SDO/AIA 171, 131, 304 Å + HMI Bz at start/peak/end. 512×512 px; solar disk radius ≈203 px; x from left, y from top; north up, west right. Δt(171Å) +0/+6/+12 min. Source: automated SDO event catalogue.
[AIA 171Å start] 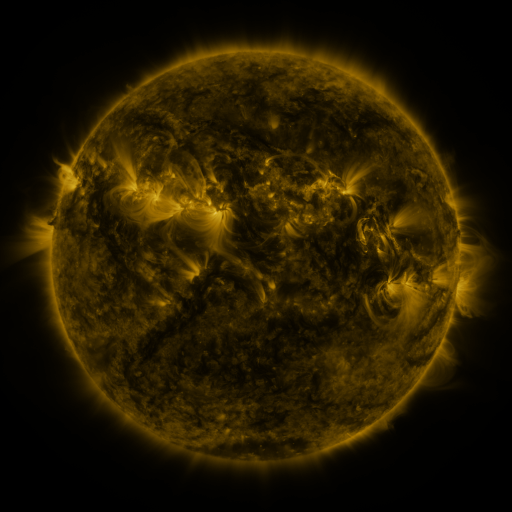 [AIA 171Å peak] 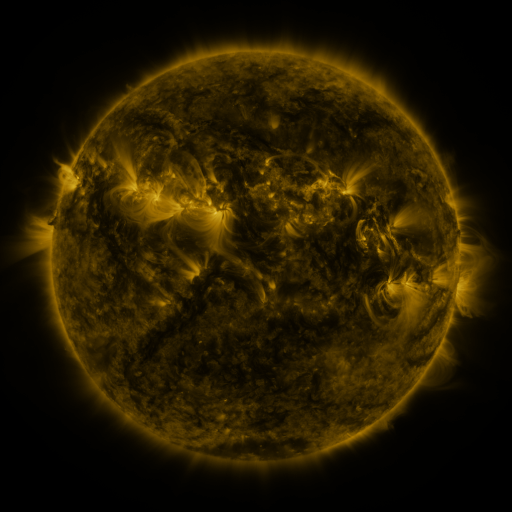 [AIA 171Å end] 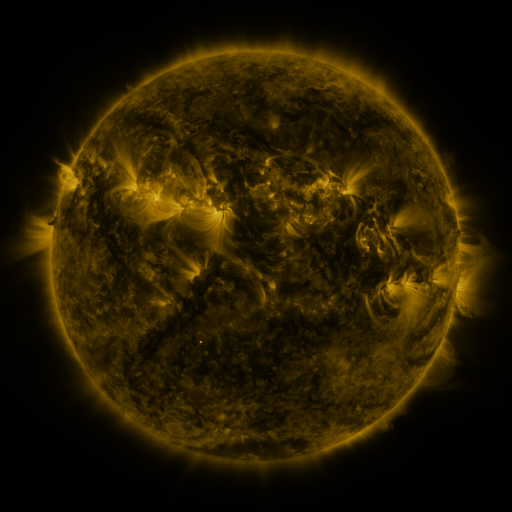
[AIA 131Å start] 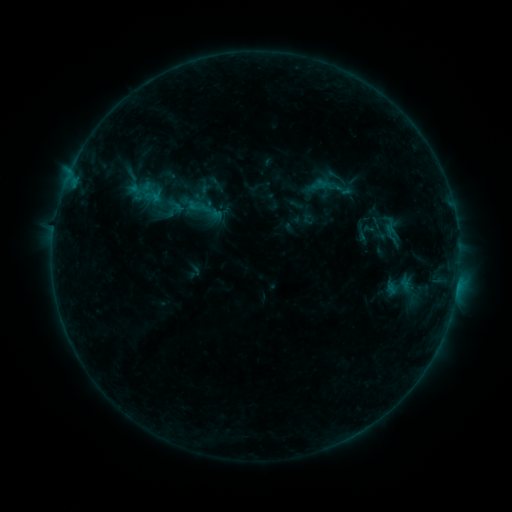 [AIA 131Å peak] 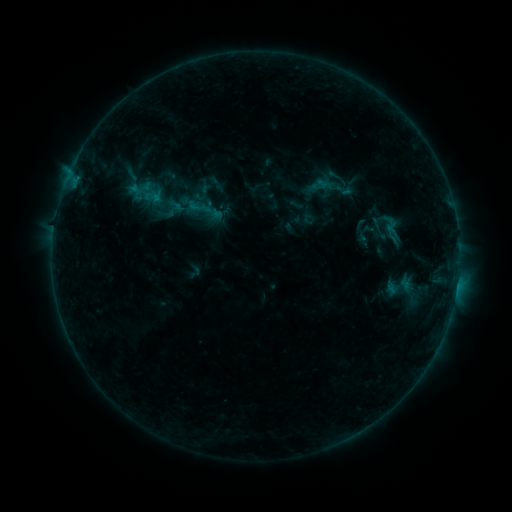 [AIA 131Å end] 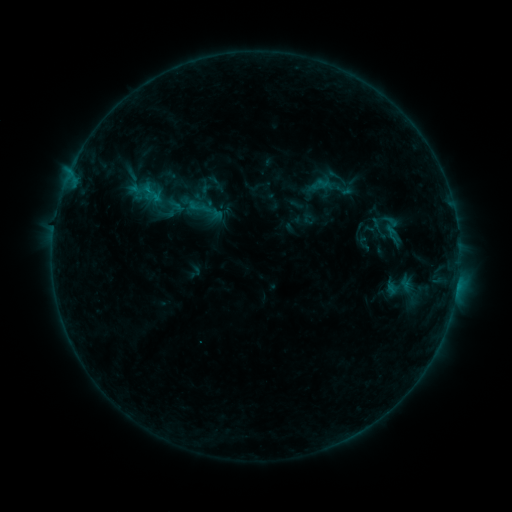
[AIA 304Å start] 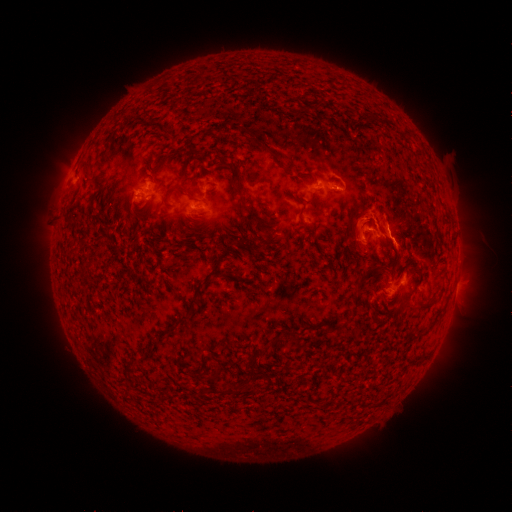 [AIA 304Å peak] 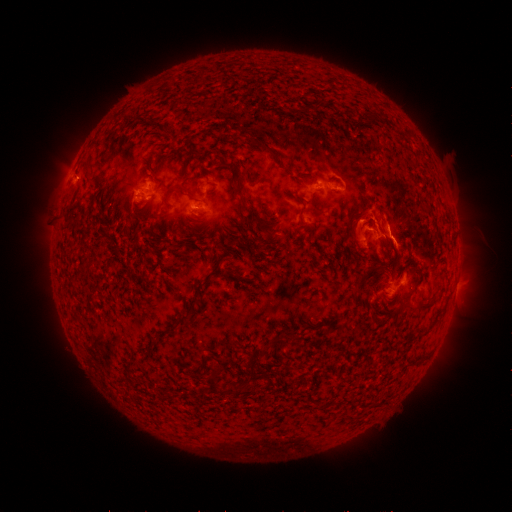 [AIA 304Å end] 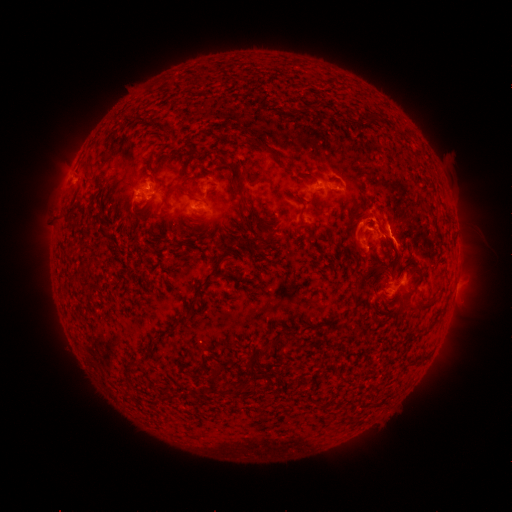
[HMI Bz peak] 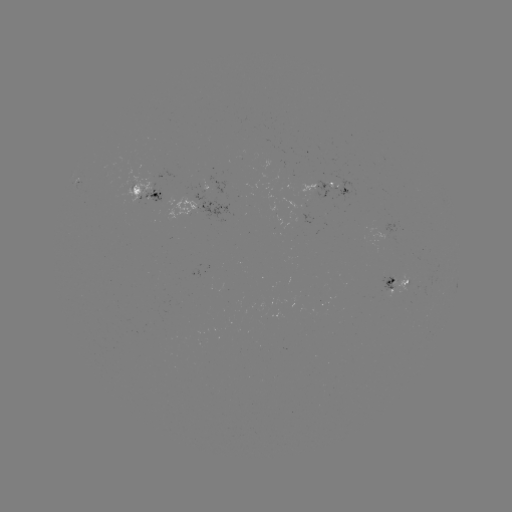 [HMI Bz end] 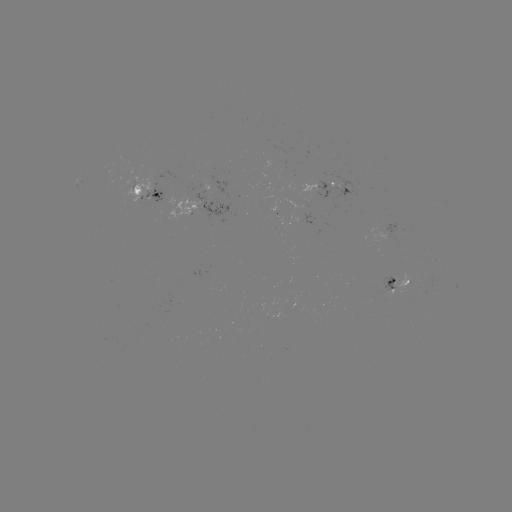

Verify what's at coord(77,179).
C1.0 flare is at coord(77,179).